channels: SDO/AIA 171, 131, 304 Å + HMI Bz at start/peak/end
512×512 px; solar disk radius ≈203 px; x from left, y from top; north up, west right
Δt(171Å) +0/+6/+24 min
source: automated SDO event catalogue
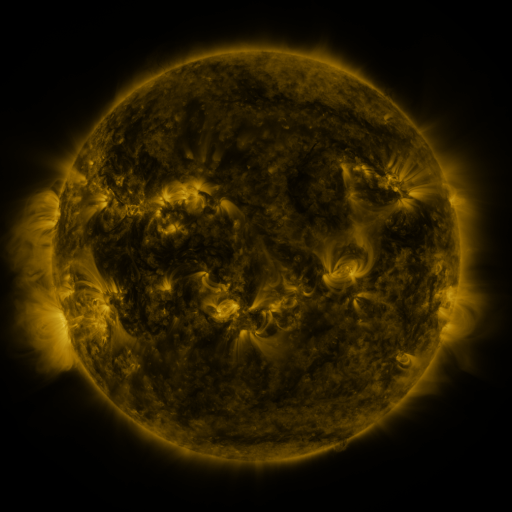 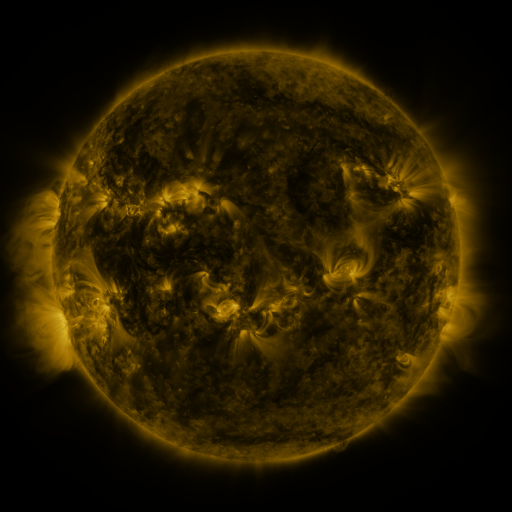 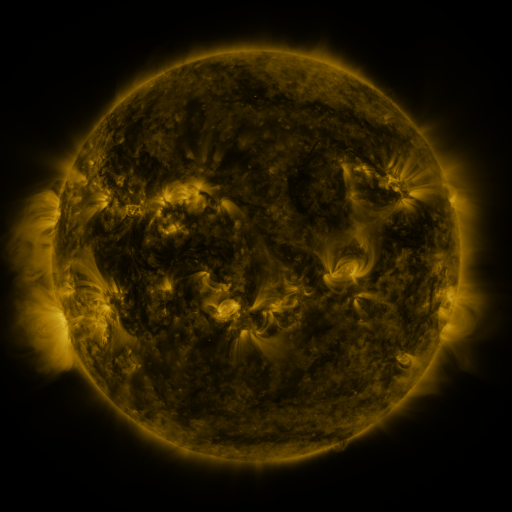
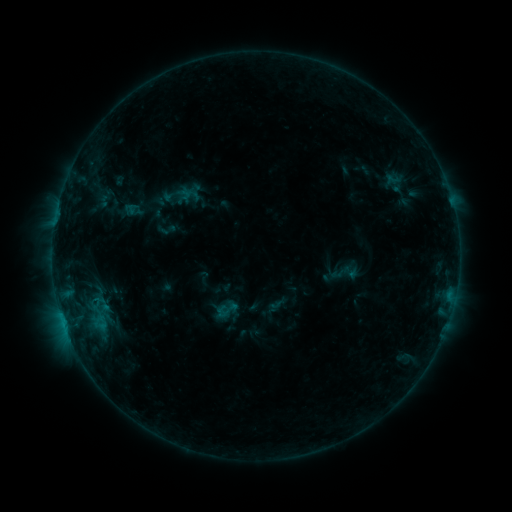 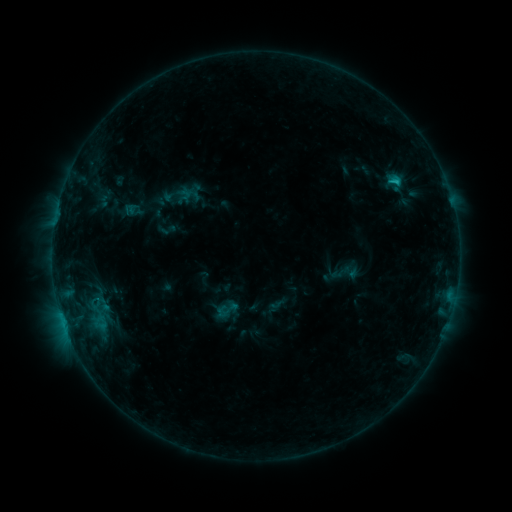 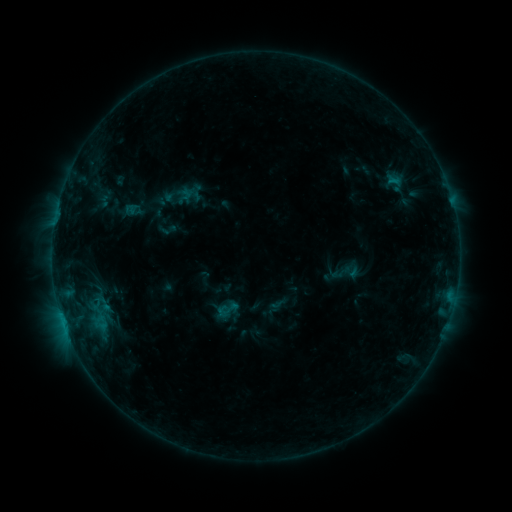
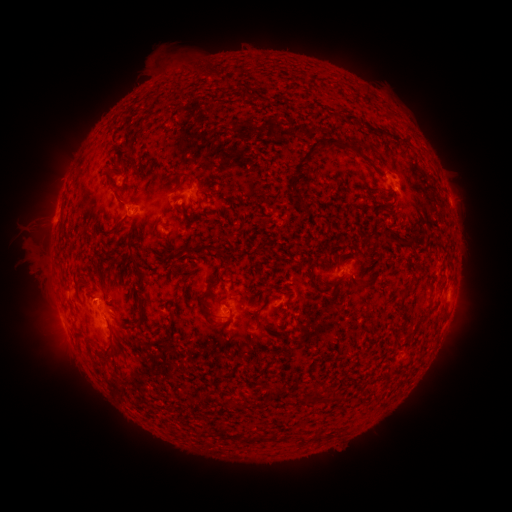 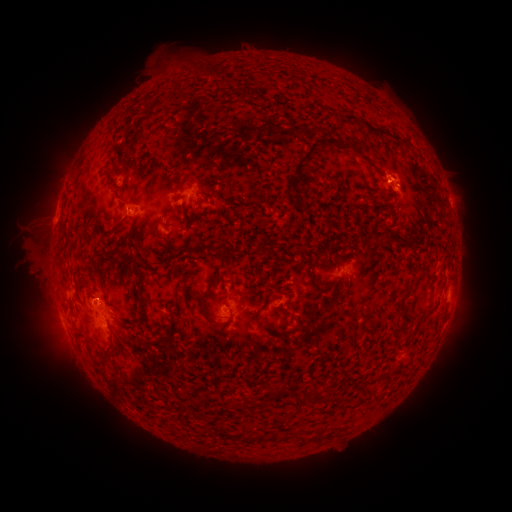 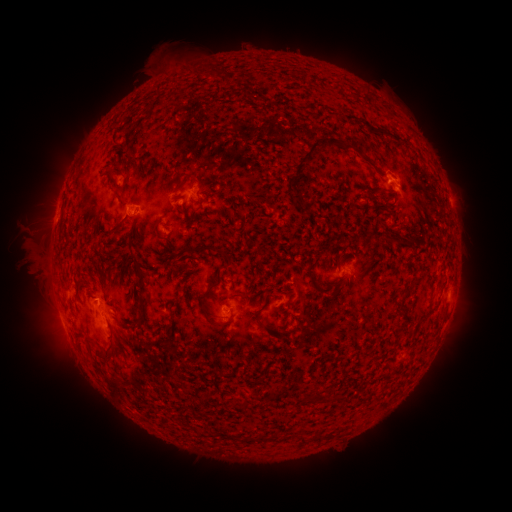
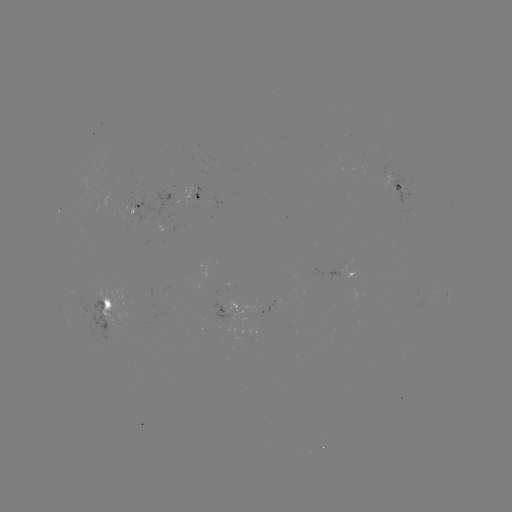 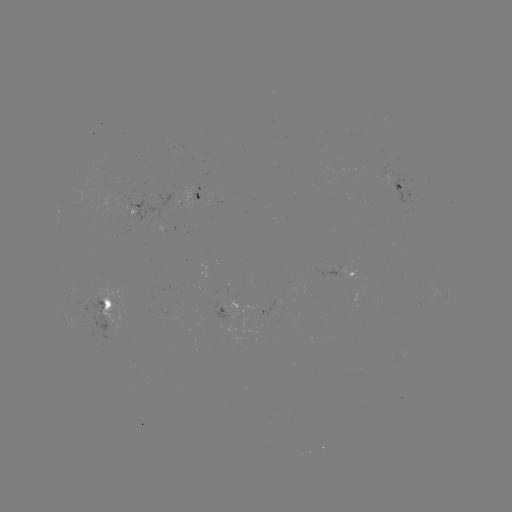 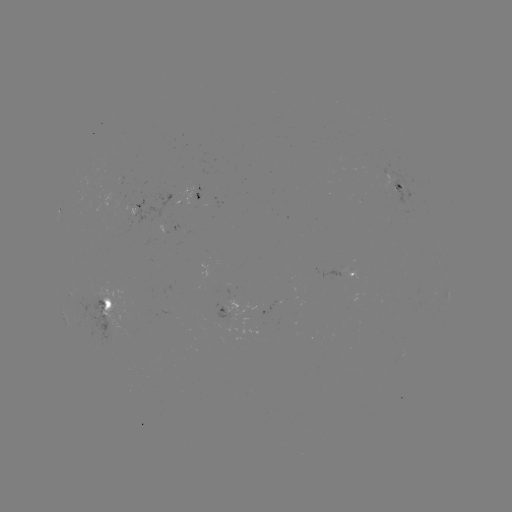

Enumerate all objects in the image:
B7.4 flare: (396, 184)
